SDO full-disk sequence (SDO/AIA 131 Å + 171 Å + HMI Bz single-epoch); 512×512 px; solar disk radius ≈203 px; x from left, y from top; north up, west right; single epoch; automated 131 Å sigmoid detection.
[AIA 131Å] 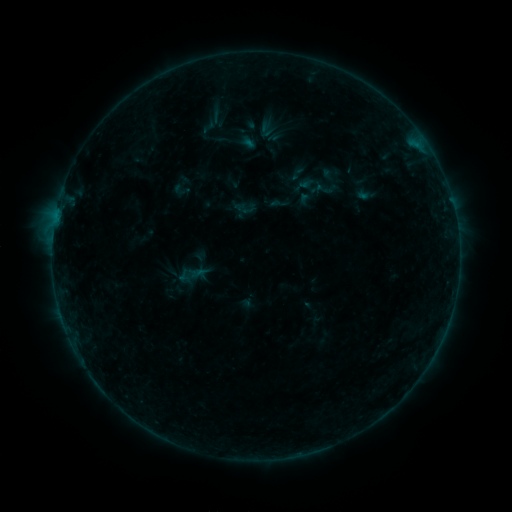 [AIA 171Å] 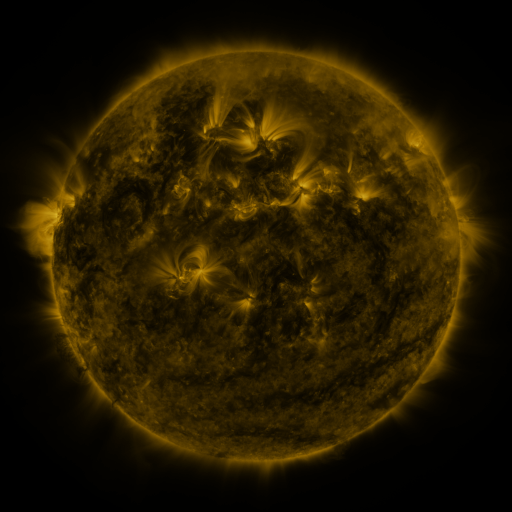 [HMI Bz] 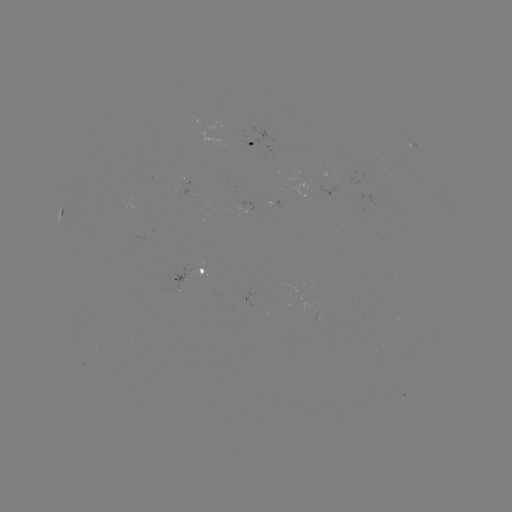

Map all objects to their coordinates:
sigmoid: (279, 203)
